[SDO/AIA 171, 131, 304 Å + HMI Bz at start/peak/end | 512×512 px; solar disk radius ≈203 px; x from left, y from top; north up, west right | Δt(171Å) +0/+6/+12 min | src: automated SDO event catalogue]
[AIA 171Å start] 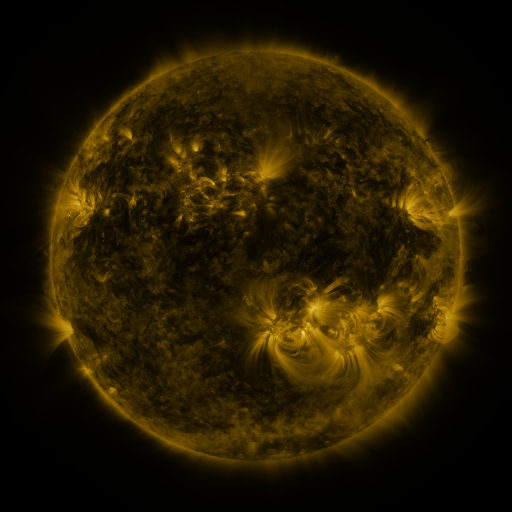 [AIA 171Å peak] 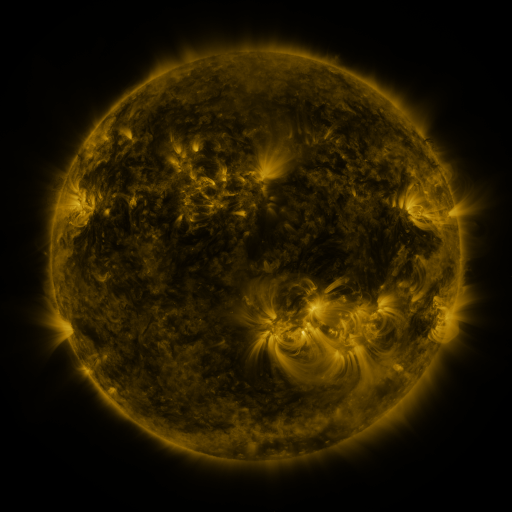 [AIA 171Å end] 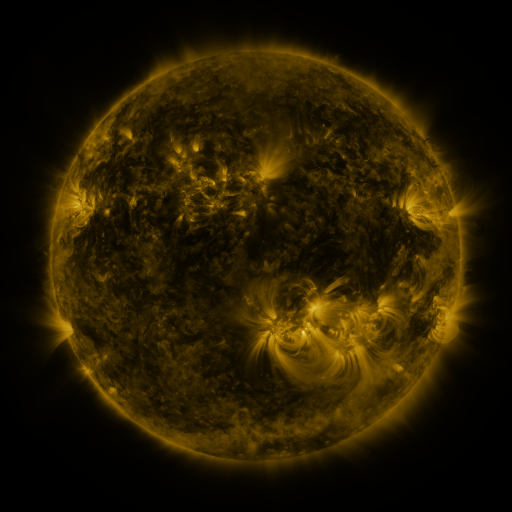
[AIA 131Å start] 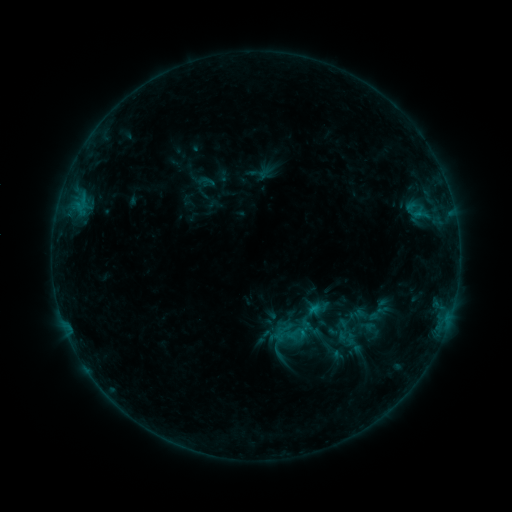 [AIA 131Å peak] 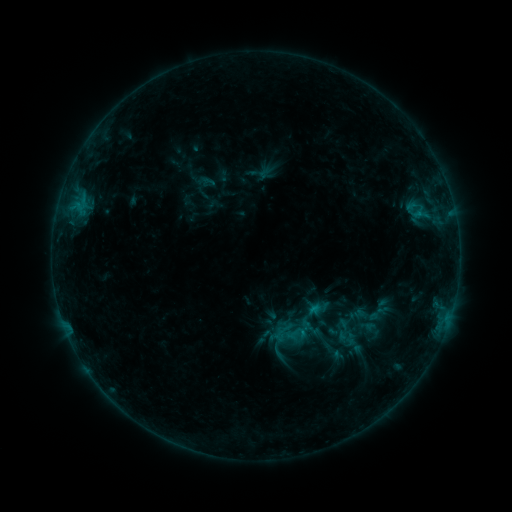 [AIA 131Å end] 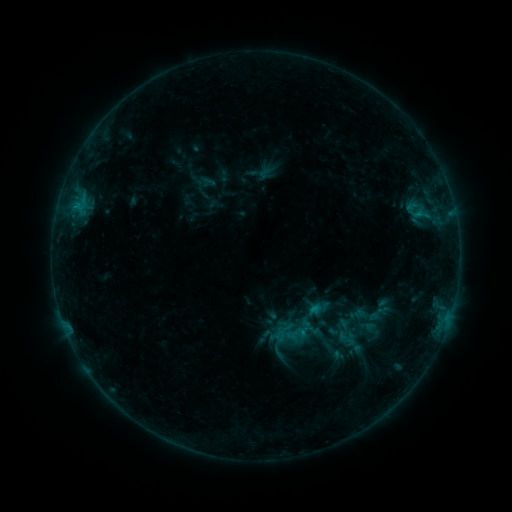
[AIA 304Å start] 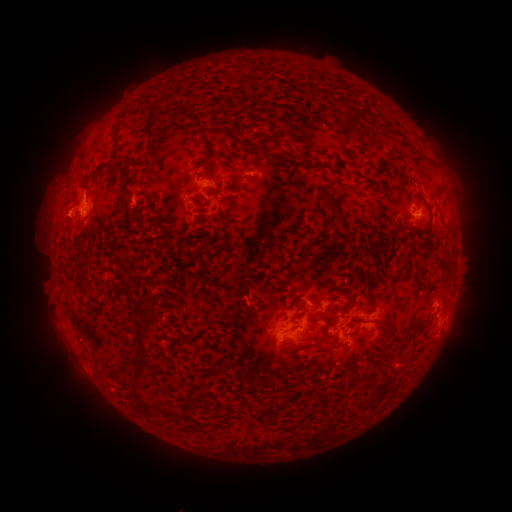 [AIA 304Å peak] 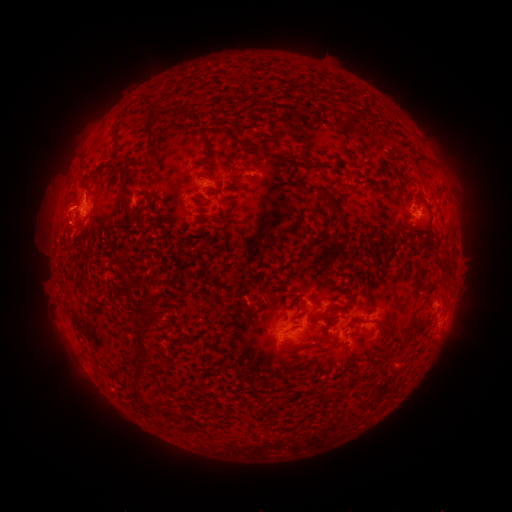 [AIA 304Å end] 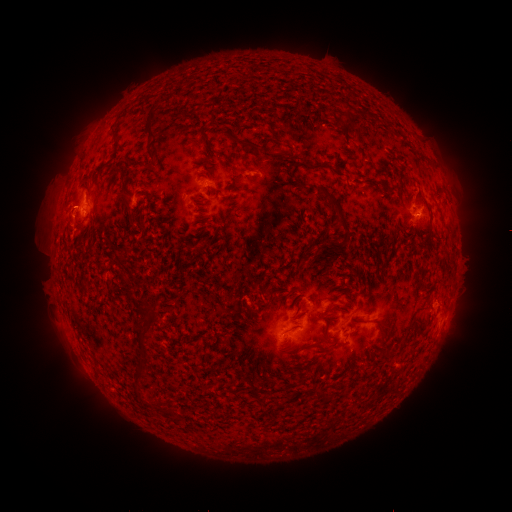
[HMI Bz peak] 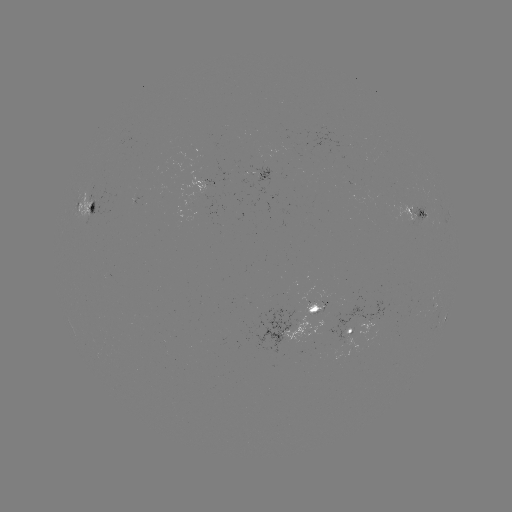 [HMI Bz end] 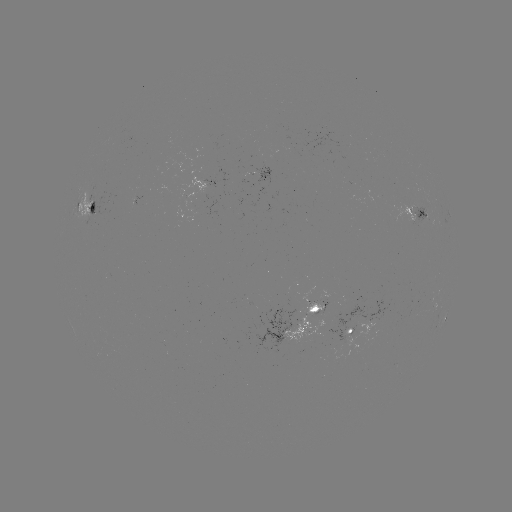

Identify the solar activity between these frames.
eruption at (65, 215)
